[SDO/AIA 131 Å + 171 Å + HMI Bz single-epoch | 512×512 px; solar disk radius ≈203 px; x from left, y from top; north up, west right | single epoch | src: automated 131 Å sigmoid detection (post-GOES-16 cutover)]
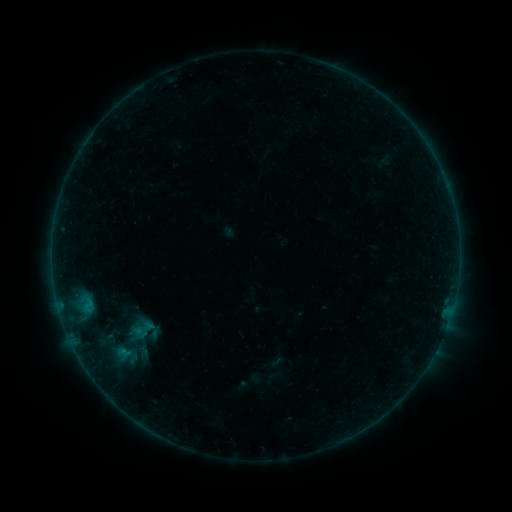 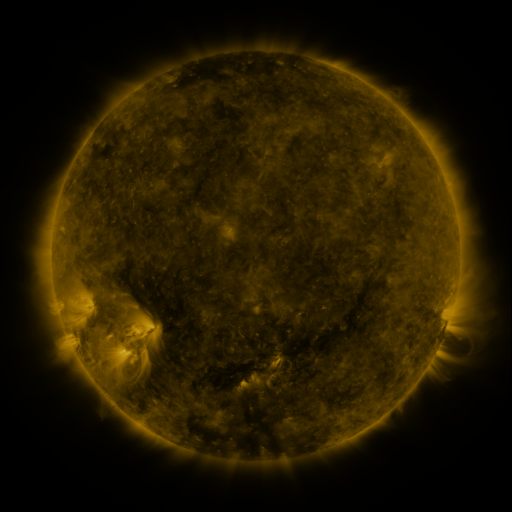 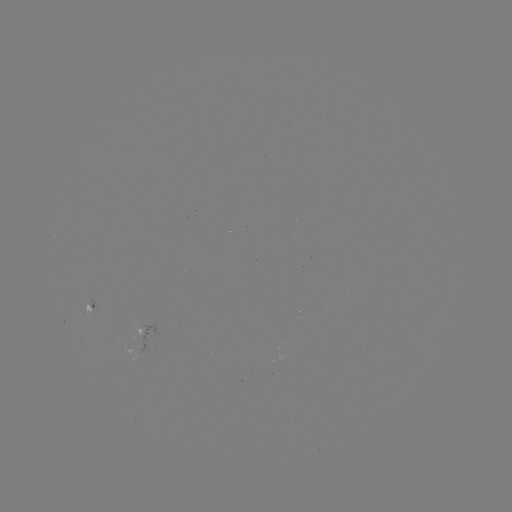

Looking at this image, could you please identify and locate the sigmoid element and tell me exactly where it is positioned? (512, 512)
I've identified sigmoid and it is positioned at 142,330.